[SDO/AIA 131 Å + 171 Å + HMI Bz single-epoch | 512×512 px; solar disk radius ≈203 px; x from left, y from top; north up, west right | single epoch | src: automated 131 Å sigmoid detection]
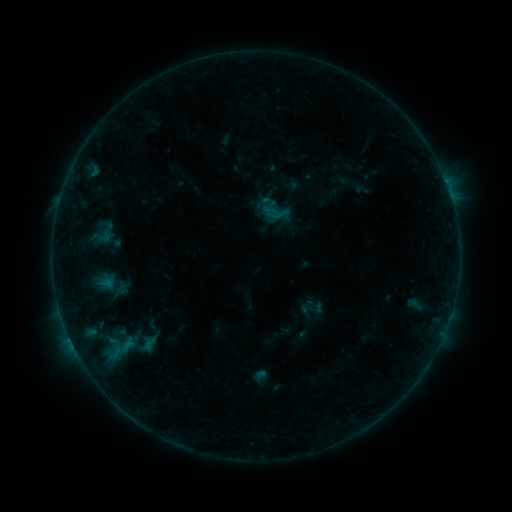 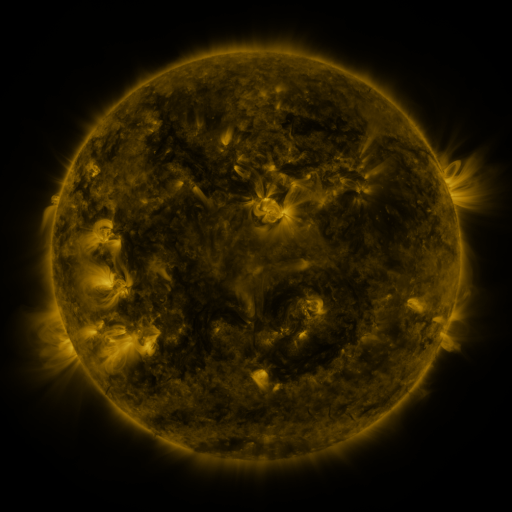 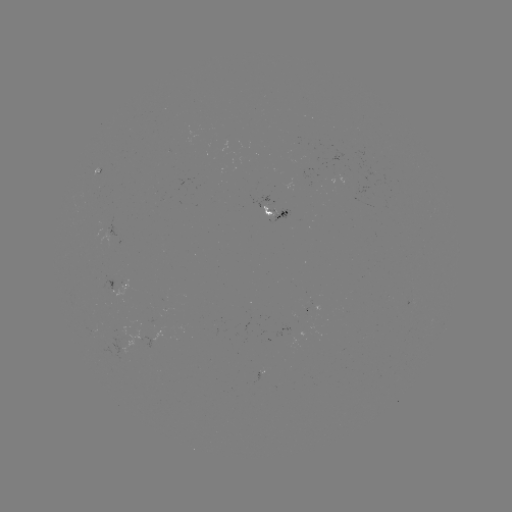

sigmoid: <bbox>121, 329, 166, 356</bbox>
